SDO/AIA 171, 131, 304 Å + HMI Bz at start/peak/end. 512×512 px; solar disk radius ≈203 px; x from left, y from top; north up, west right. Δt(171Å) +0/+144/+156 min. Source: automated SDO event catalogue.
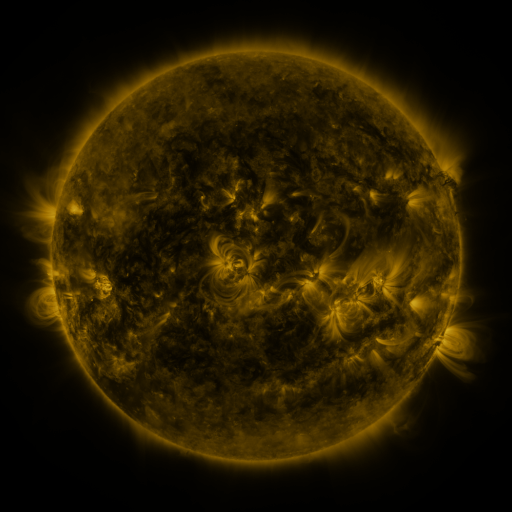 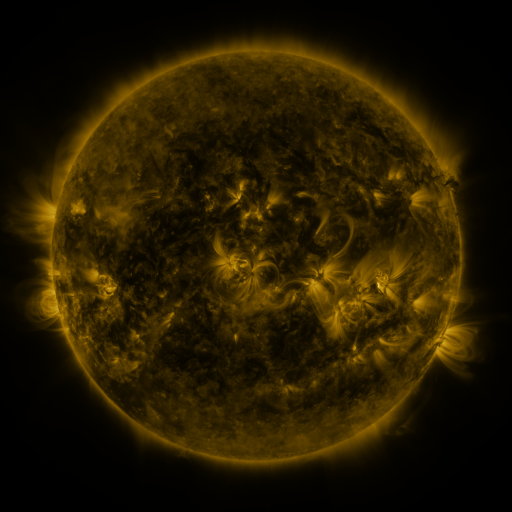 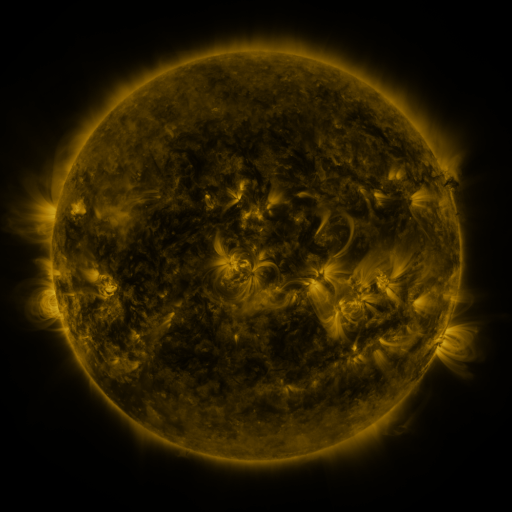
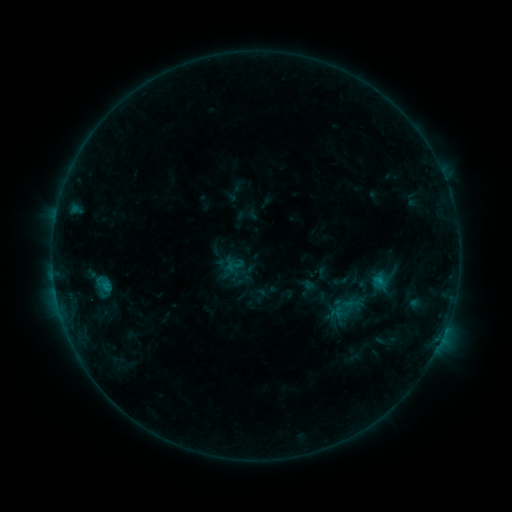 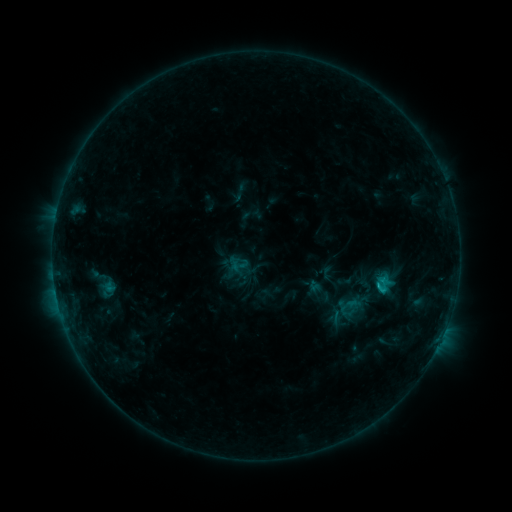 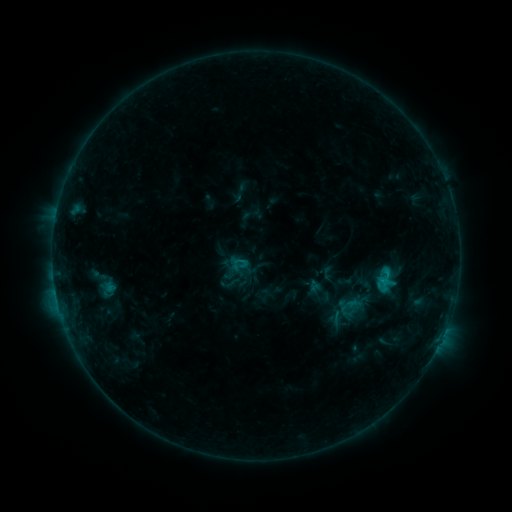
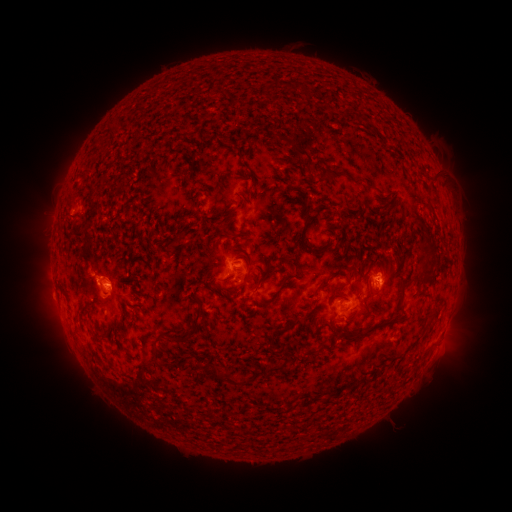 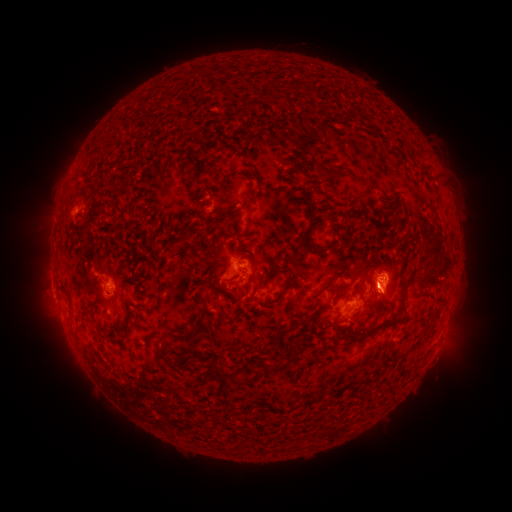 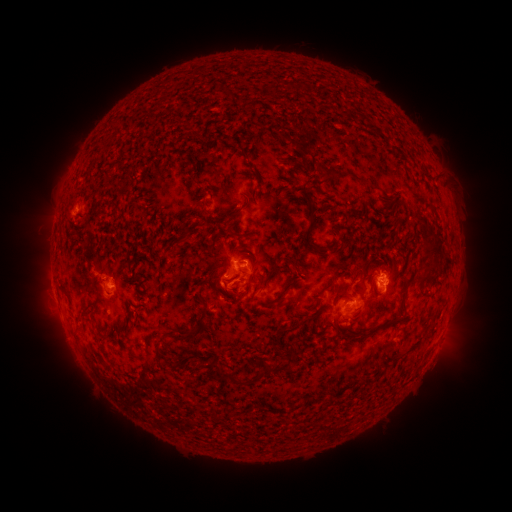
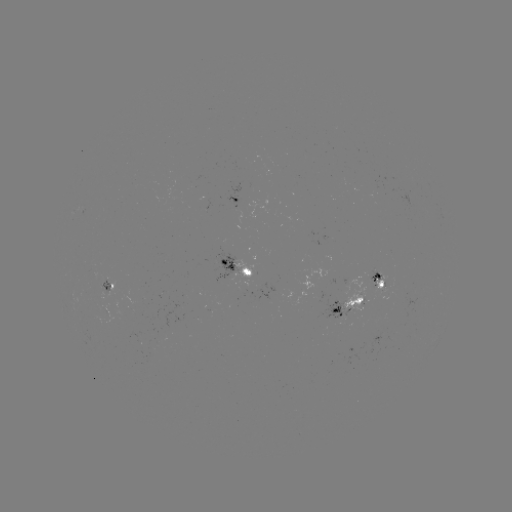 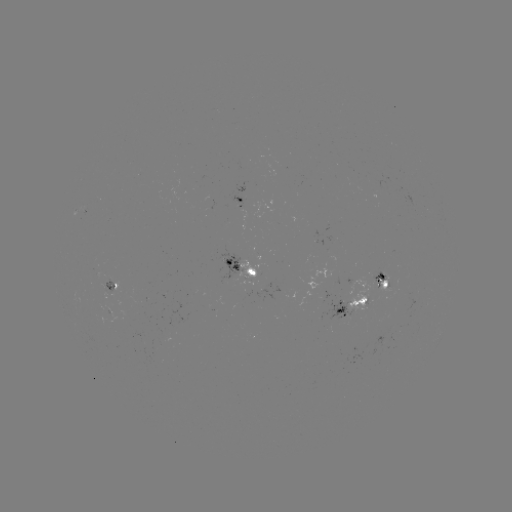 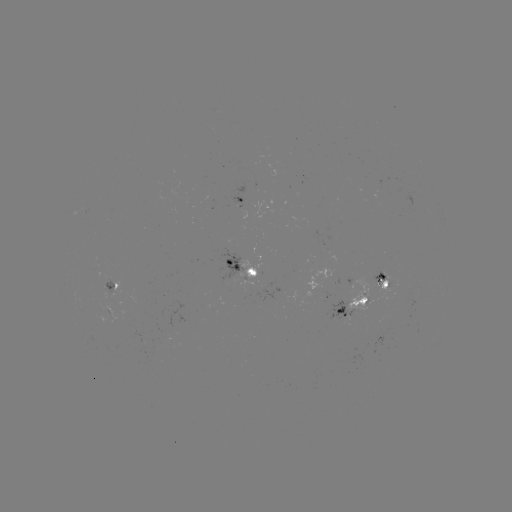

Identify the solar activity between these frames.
emerging-flux region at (241, 277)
